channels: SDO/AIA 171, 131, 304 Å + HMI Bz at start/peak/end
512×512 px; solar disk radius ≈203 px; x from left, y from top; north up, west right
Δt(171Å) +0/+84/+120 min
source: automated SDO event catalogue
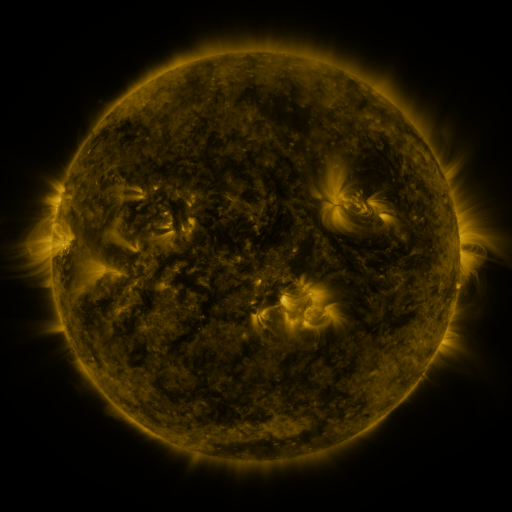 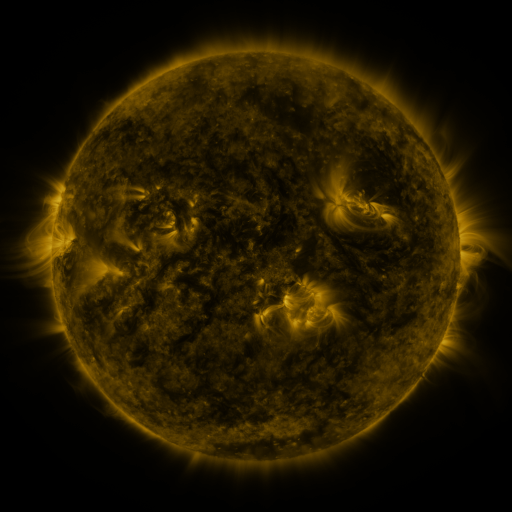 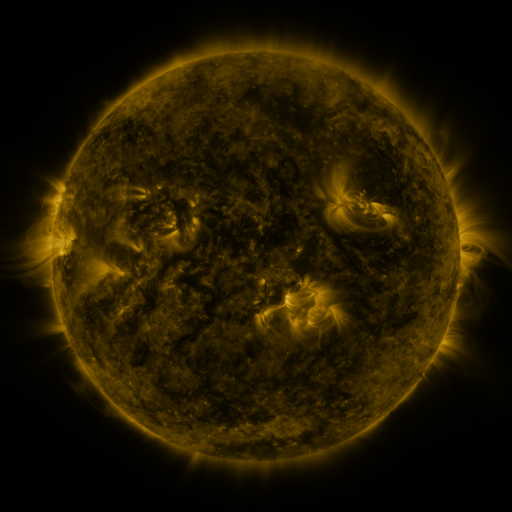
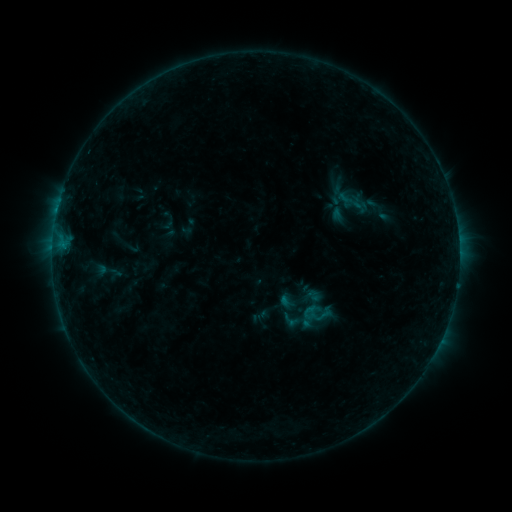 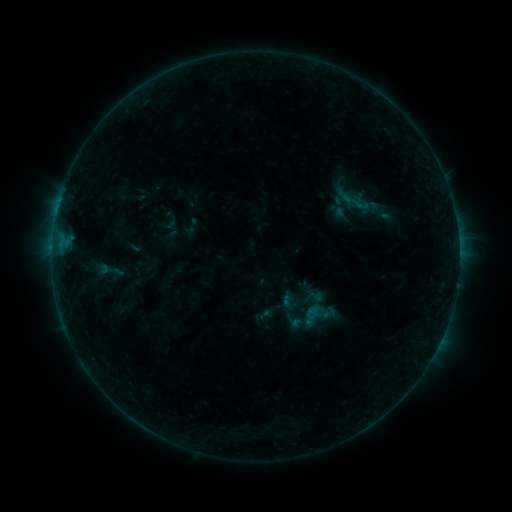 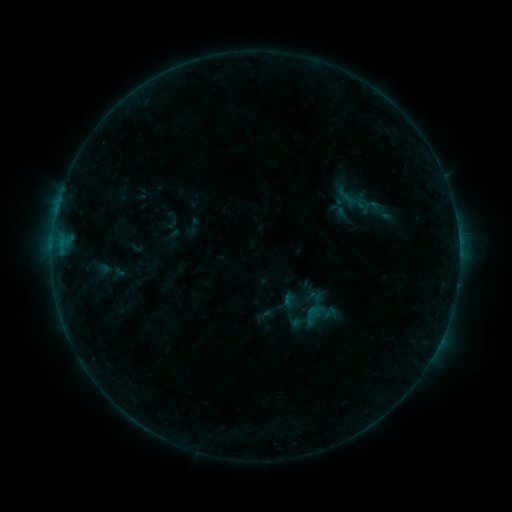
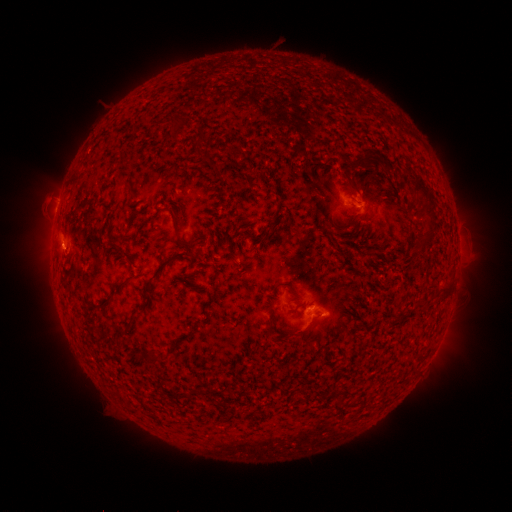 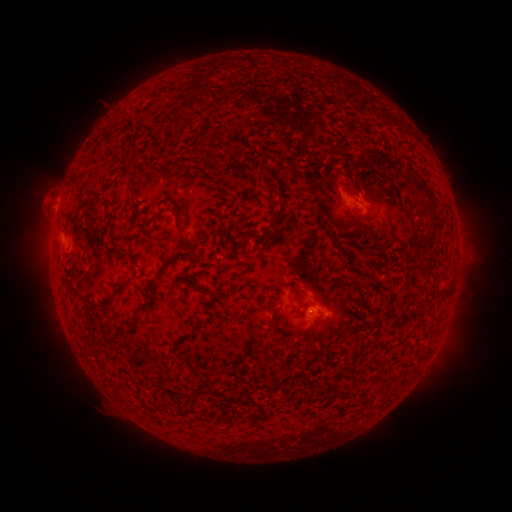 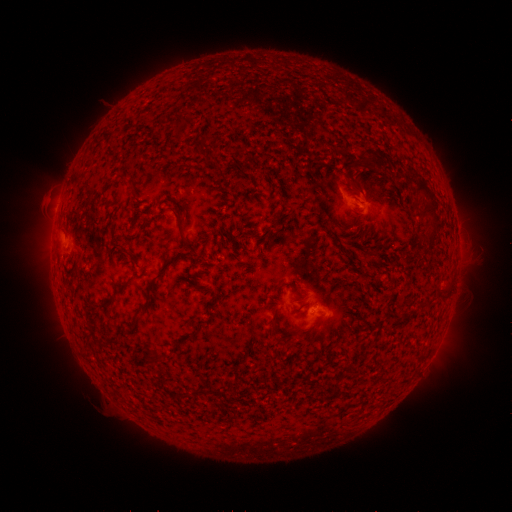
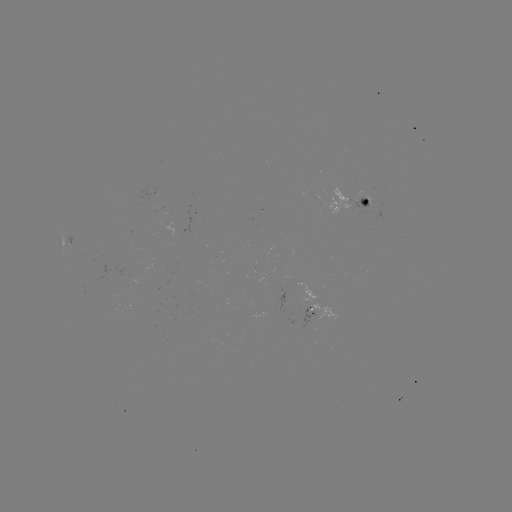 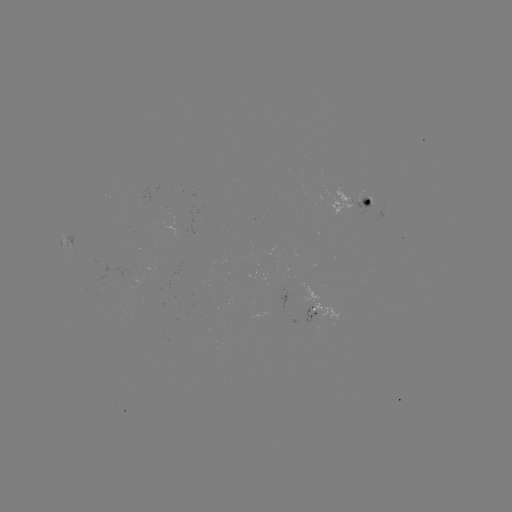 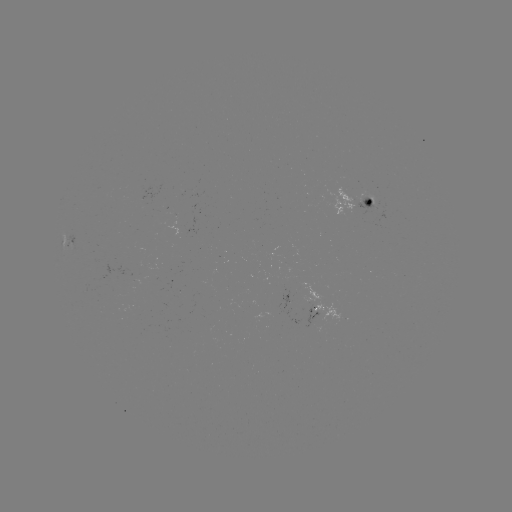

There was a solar emerging-flux region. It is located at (369, 201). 